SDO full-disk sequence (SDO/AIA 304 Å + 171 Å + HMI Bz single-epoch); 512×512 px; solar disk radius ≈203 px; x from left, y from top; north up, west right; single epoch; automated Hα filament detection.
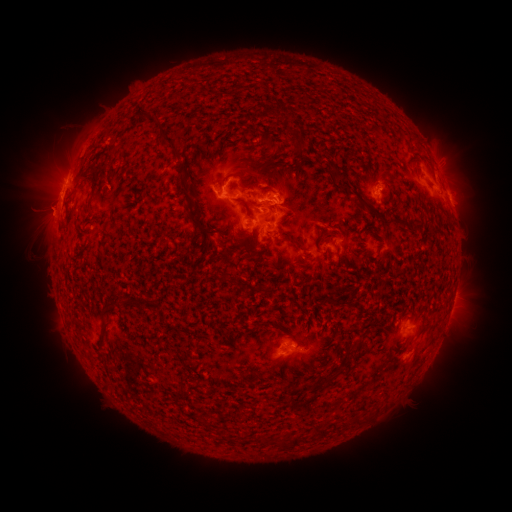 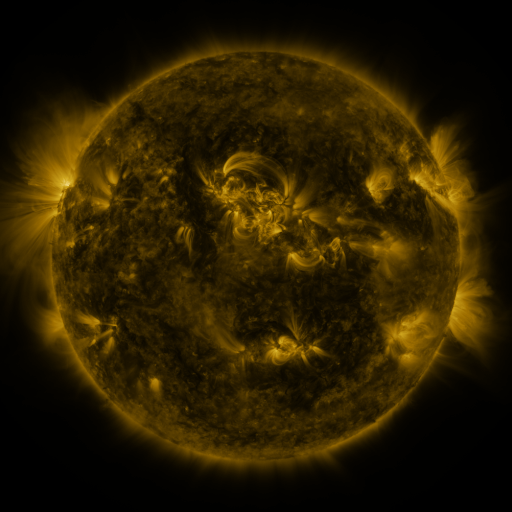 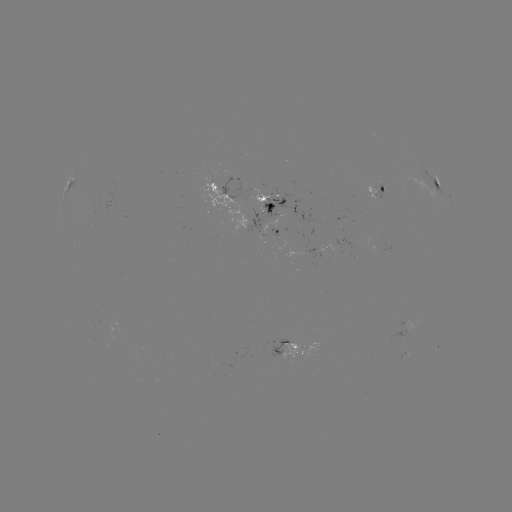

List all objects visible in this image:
filament: (169, 141)
filament: (297, 144)
filament: (269, 145)
filament: (226, 178)
filament: (366, 205)
filament: (257, 206)
filament: (202, 228)
filament: (256, 242)
filament: (297, 243)
filament: (224, 252)
filament: (226, 280)
filament: (332, 303)
filament: (113, 308)
filament: (328, 379)
filament: (303, 388)
filament: (287, 389)
filament: (264, 439)
filament: (283, 444)
